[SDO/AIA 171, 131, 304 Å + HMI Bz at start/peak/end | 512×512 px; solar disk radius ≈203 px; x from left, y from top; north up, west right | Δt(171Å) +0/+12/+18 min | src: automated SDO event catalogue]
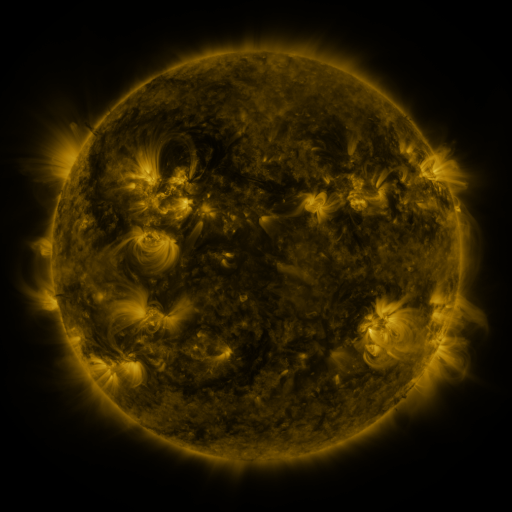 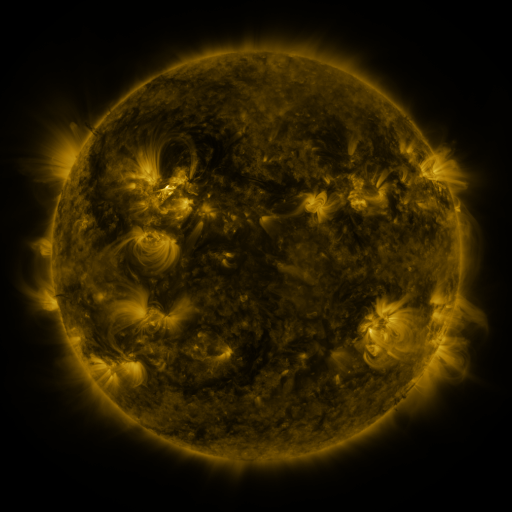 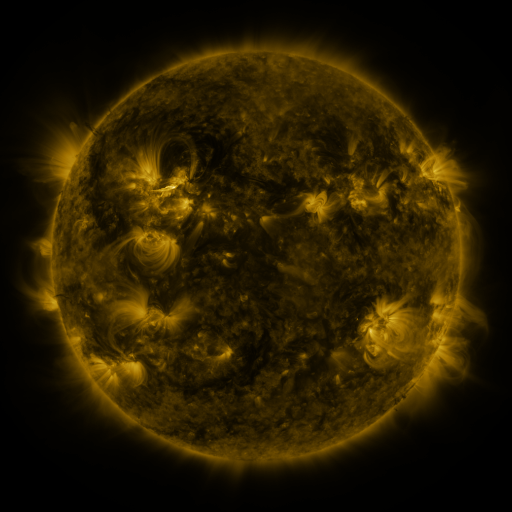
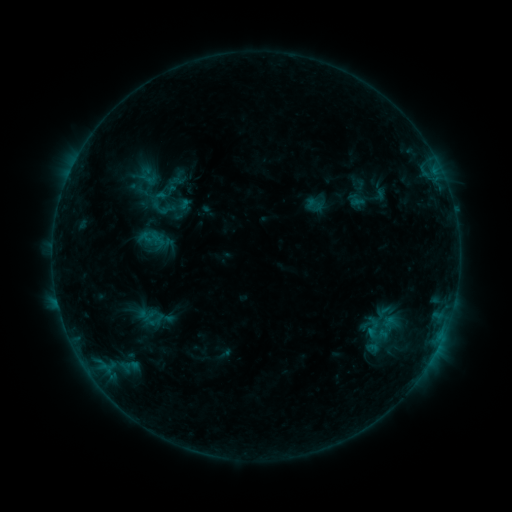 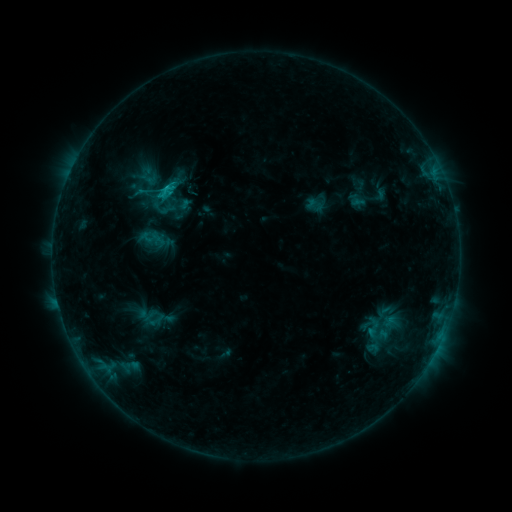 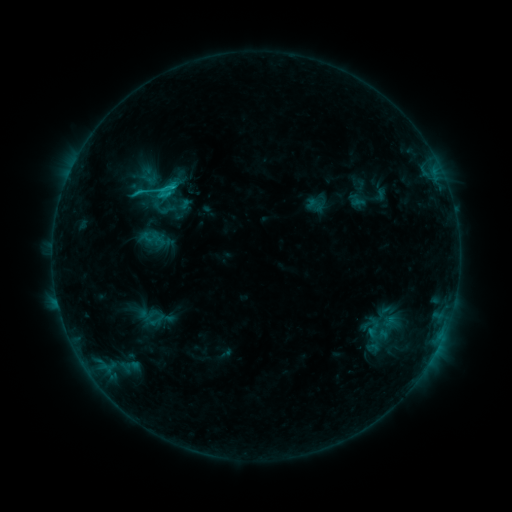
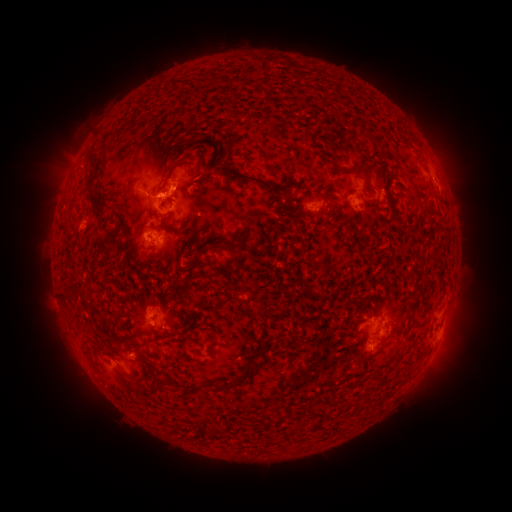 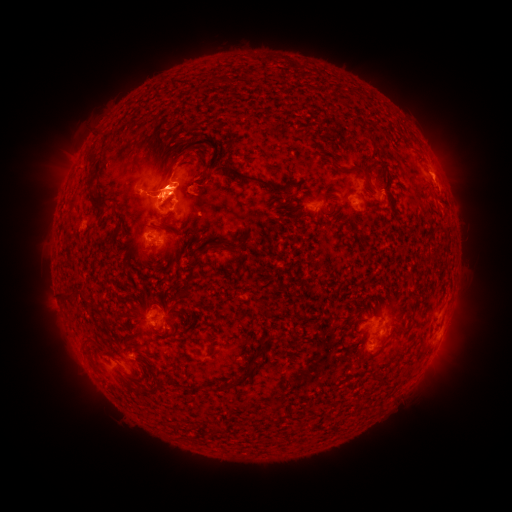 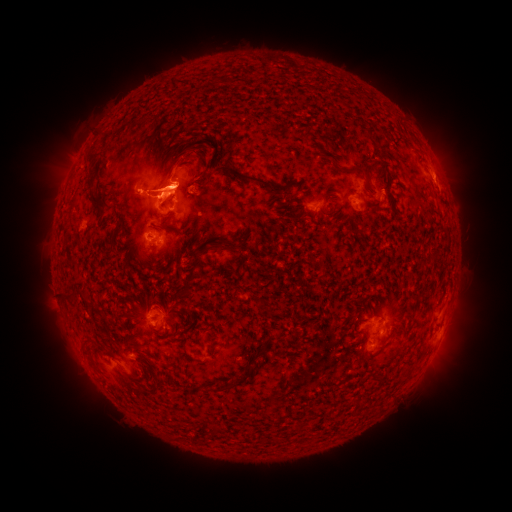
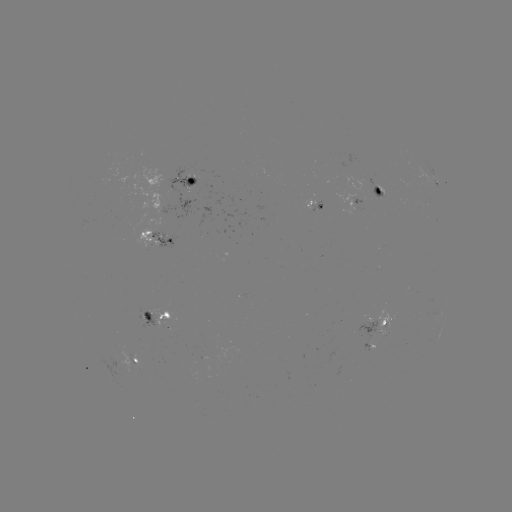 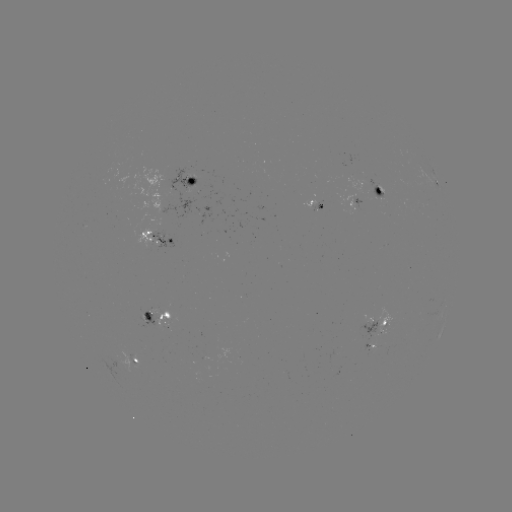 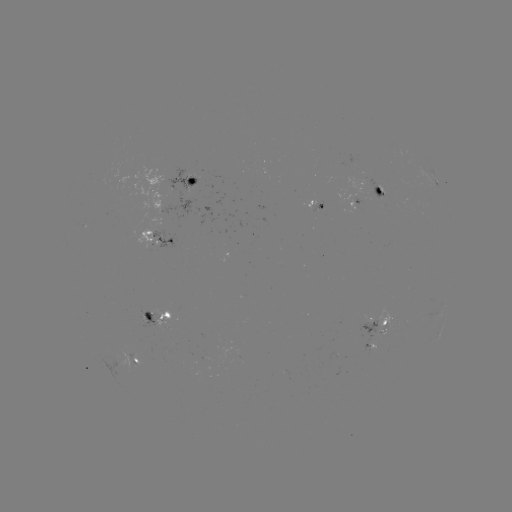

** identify eruption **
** [169, 181] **